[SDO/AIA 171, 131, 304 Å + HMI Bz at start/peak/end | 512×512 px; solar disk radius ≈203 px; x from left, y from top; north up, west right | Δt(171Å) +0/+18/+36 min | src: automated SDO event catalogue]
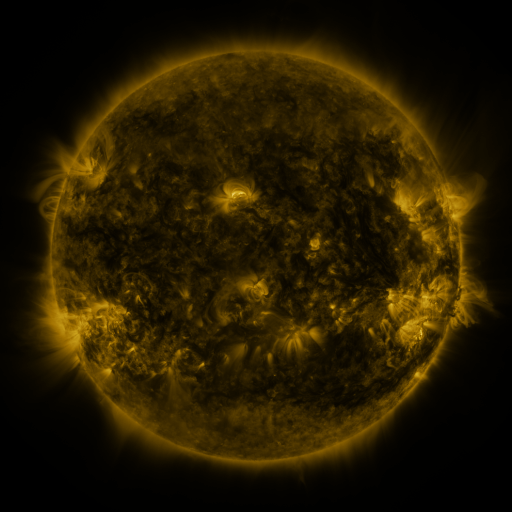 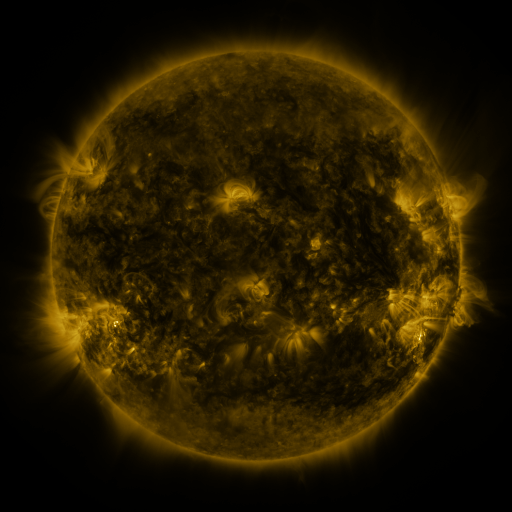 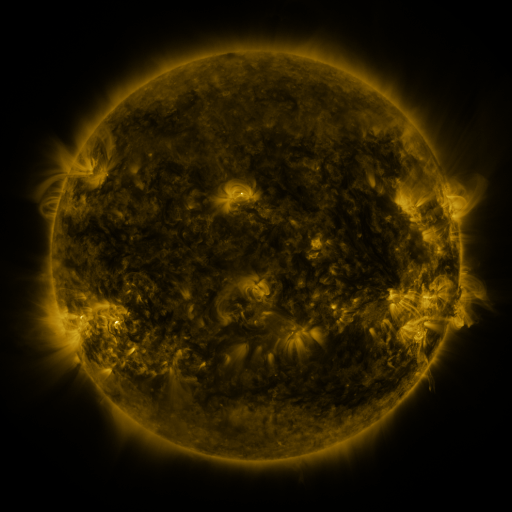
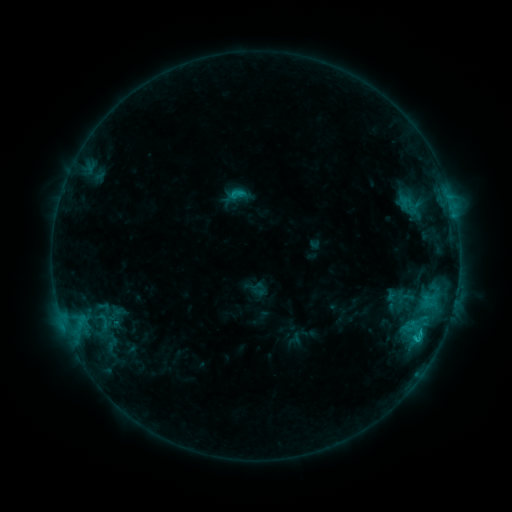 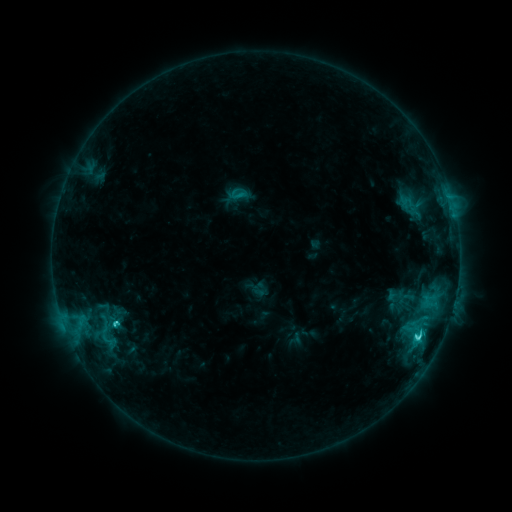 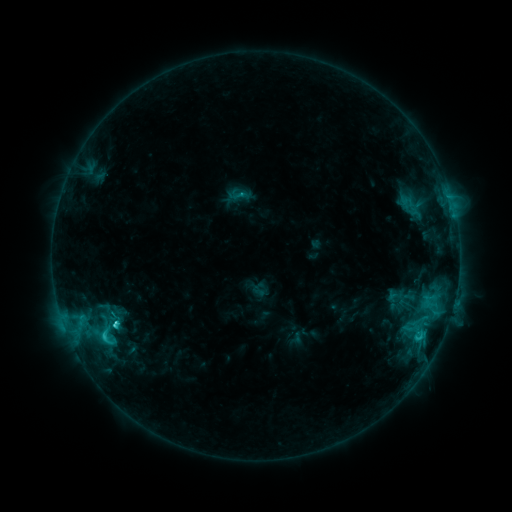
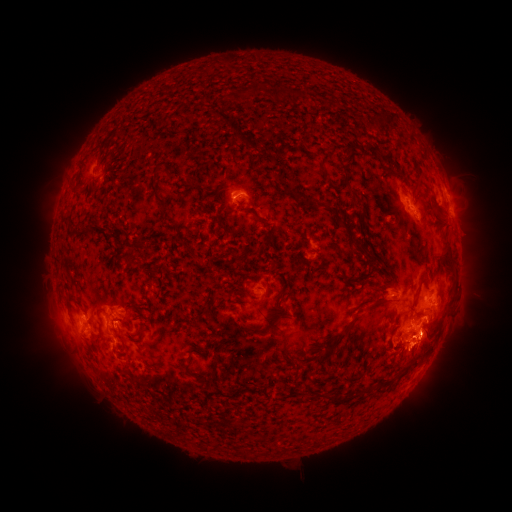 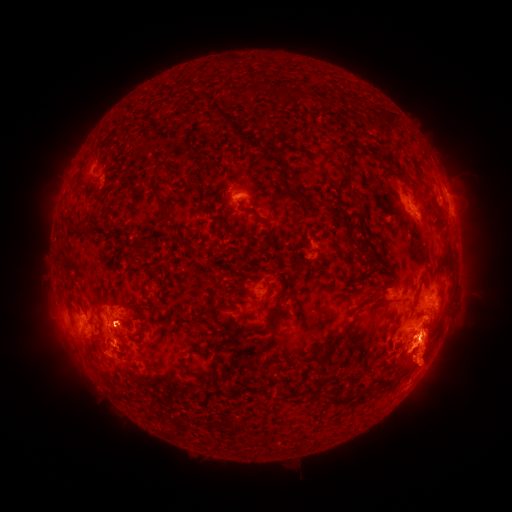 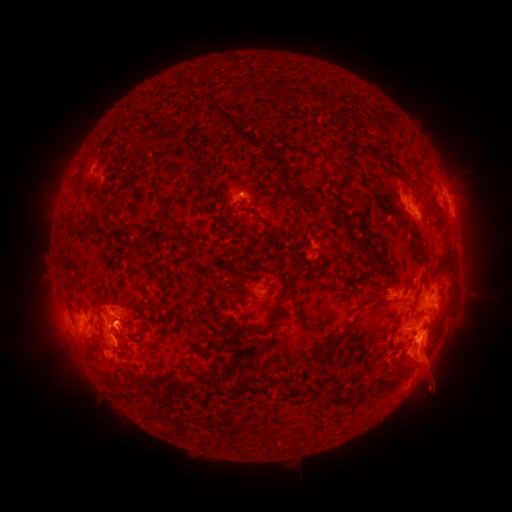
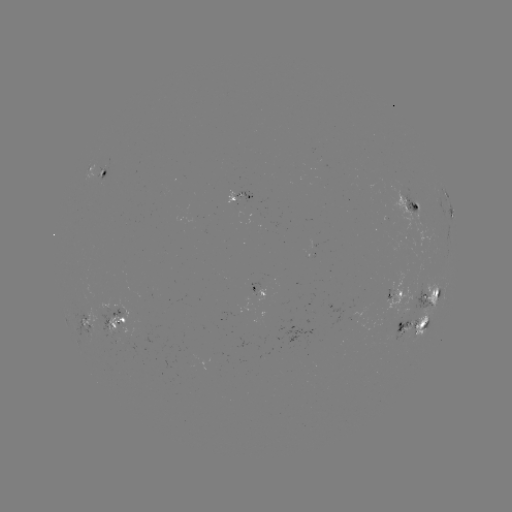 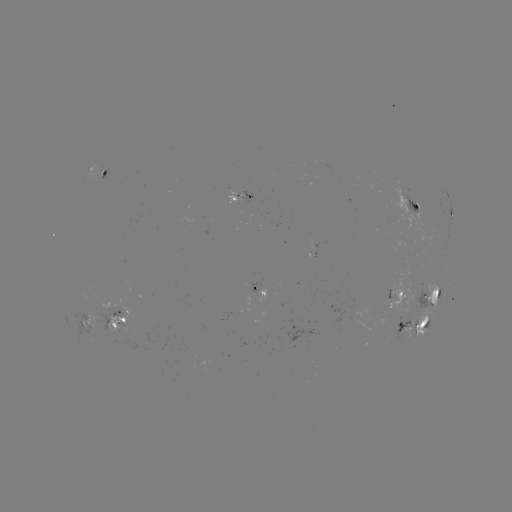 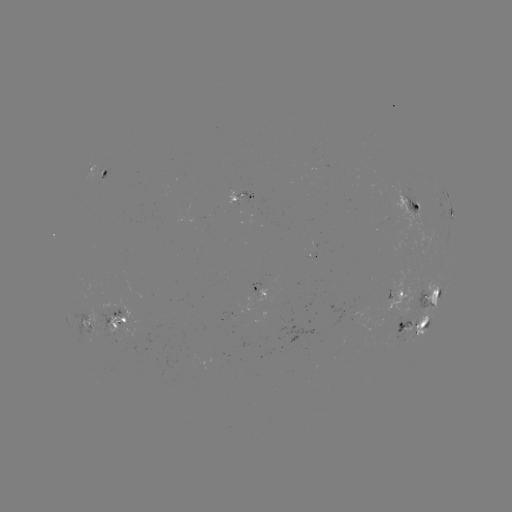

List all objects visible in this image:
eruption: (429, 362)
